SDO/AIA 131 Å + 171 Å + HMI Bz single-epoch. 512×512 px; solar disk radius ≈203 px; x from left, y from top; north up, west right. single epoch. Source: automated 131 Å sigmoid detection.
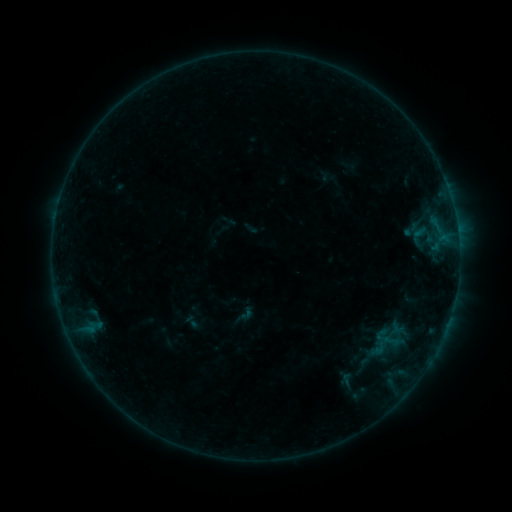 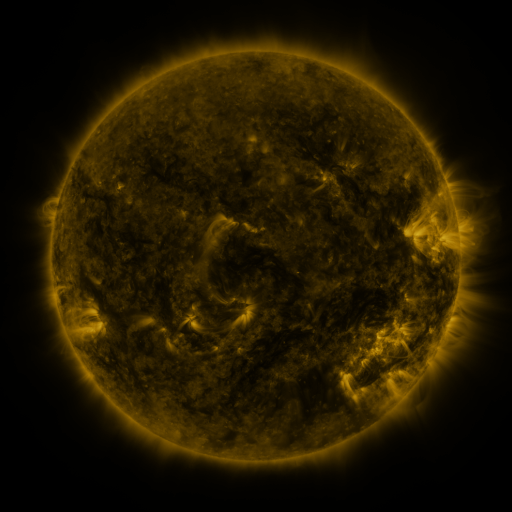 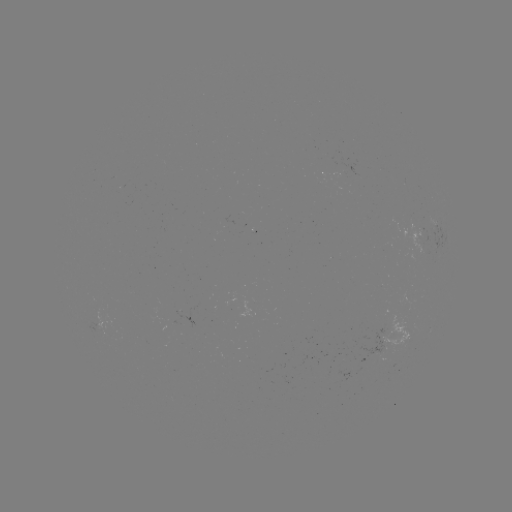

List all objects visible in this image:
sigmoid: (244, 315)
